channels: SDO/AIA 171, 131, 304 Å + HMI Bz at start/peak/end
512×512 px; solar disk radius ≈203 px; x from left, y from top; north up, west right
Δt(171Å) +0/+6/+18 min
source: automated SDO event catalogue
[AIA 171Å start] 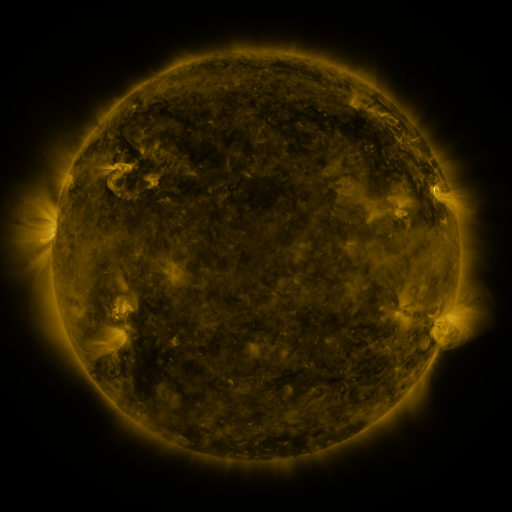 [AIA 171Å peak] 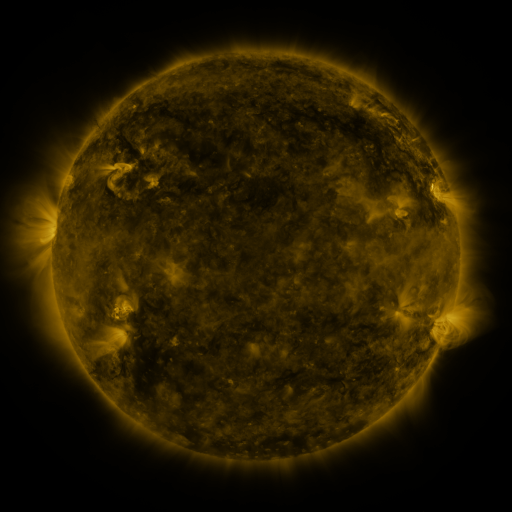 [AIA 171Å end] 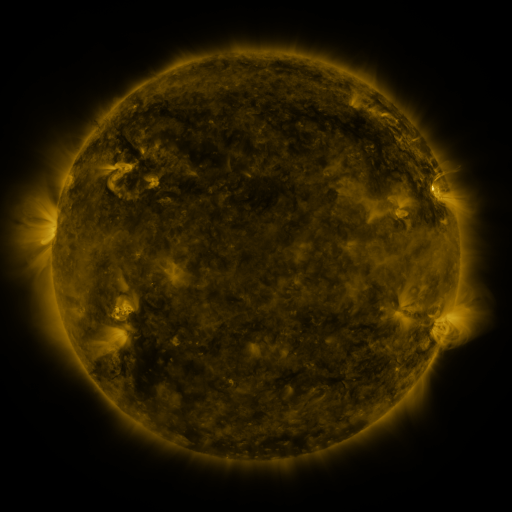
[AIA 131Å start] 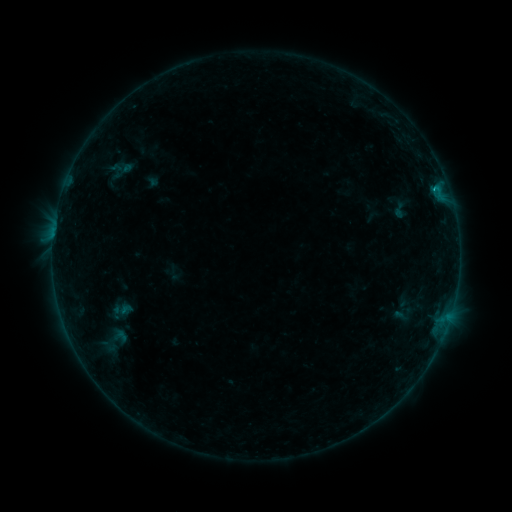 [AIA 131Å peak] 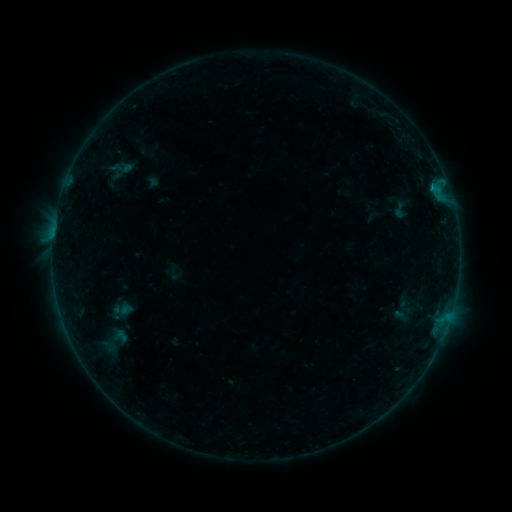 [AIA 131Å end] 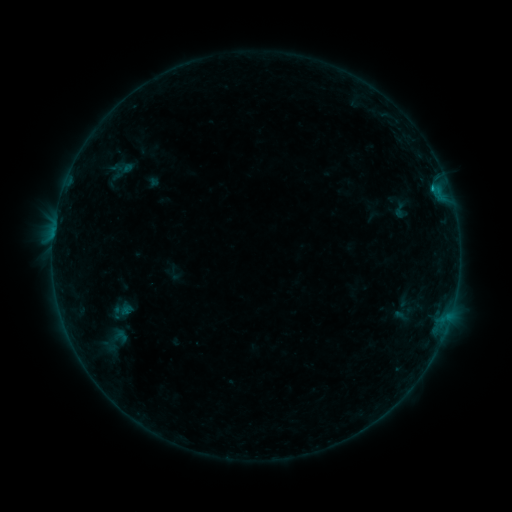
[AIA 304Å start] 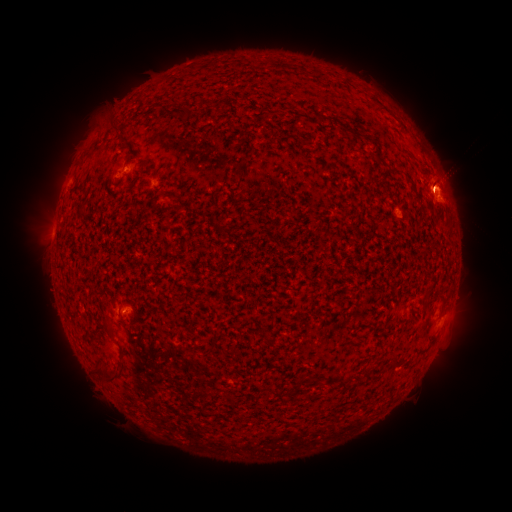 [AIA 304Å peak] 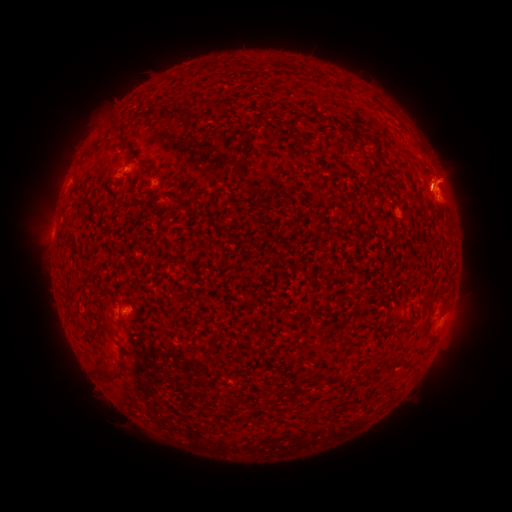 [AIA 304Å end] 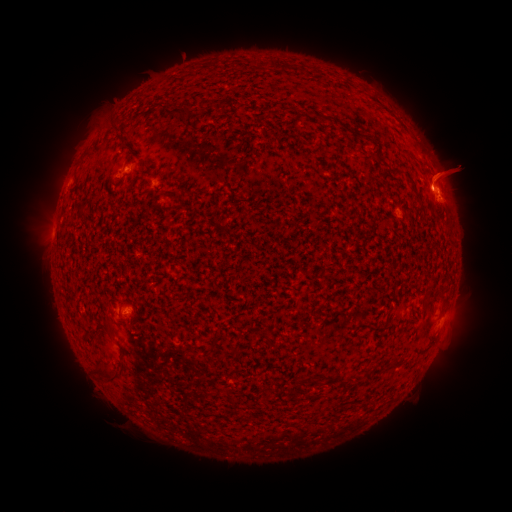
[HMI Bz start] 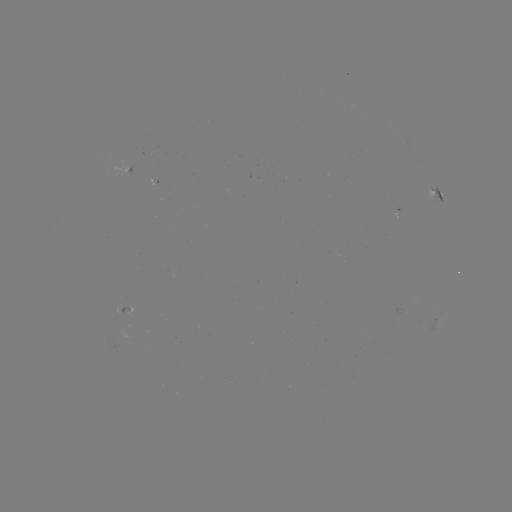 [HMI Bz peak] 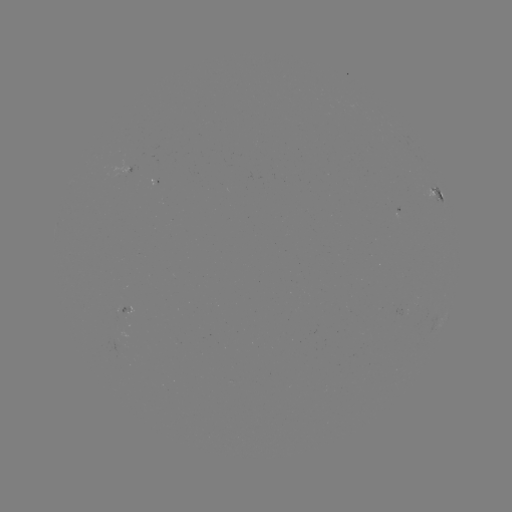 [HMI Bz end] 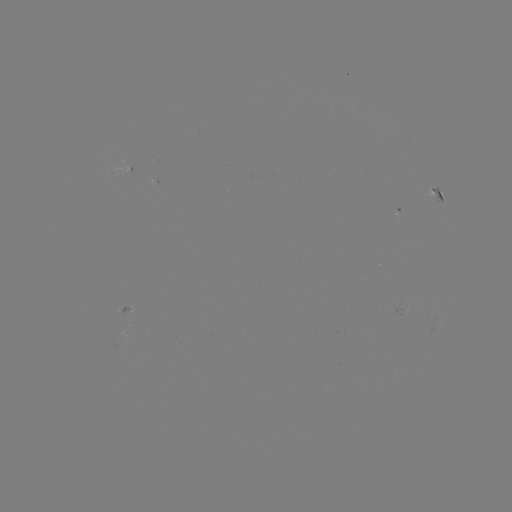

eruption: <bbox>404, 139, 488, 229</bbox>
